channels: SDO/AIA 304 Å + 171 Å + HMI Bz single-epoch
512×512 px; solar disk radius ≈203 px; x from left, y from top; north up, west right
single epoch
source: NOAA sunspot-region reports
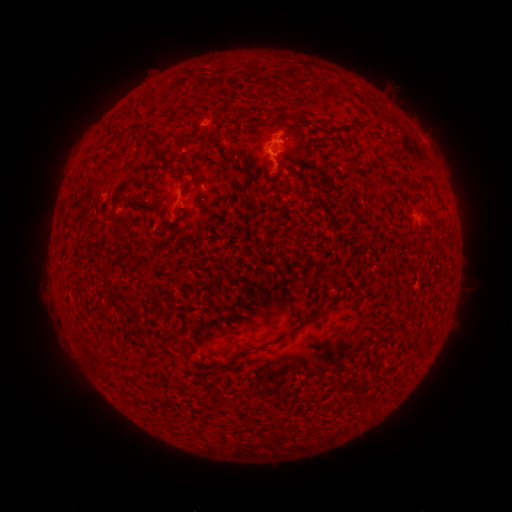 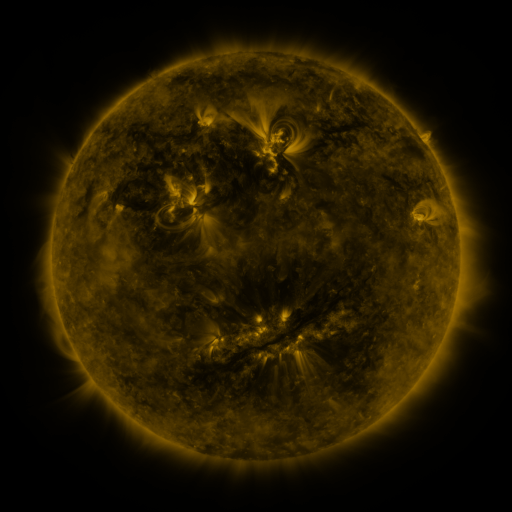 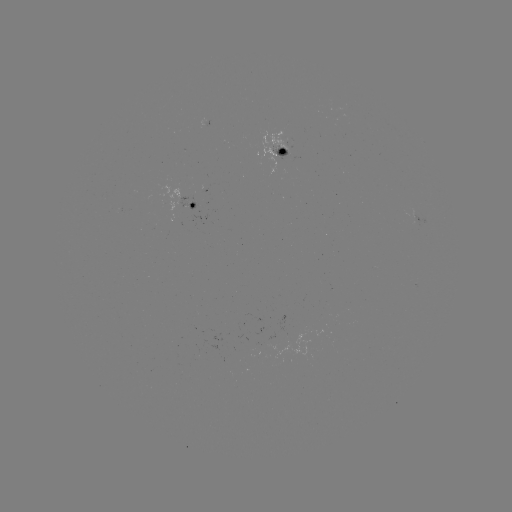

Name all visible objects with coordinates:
spotted active region: (286, 150)
spotted active region: (194, 206)
